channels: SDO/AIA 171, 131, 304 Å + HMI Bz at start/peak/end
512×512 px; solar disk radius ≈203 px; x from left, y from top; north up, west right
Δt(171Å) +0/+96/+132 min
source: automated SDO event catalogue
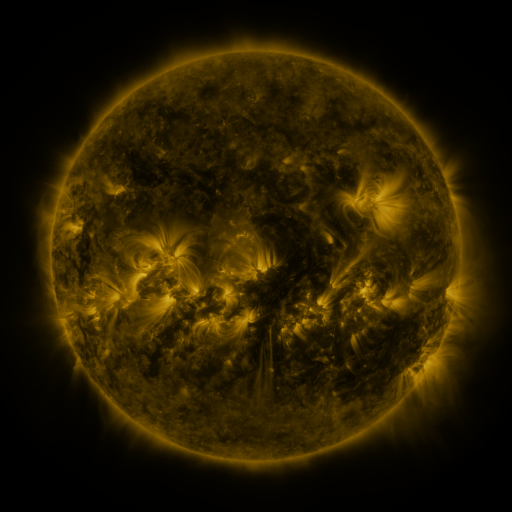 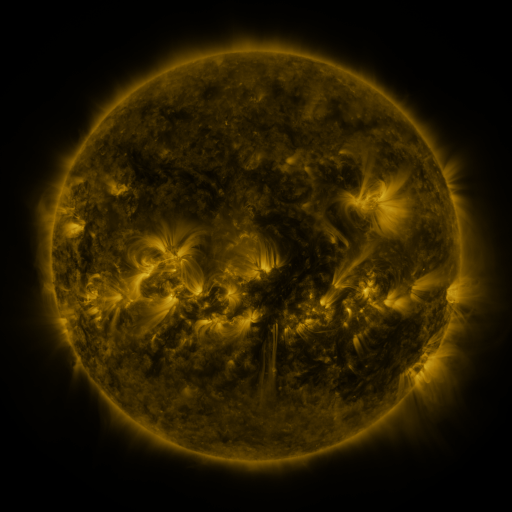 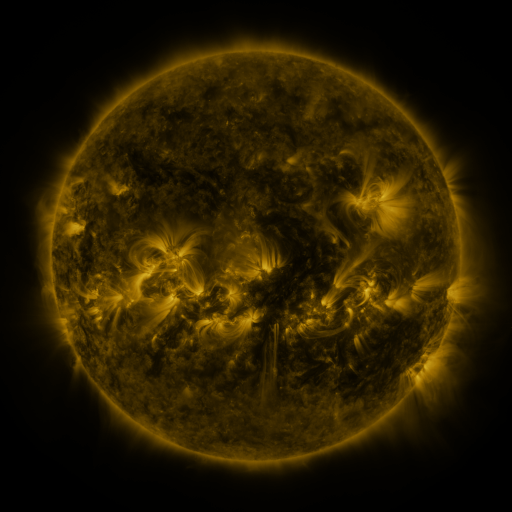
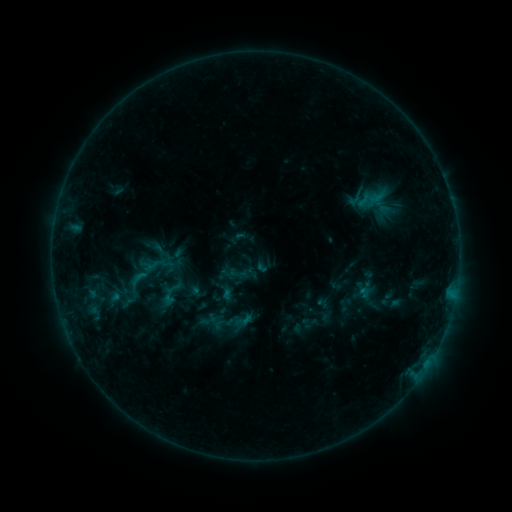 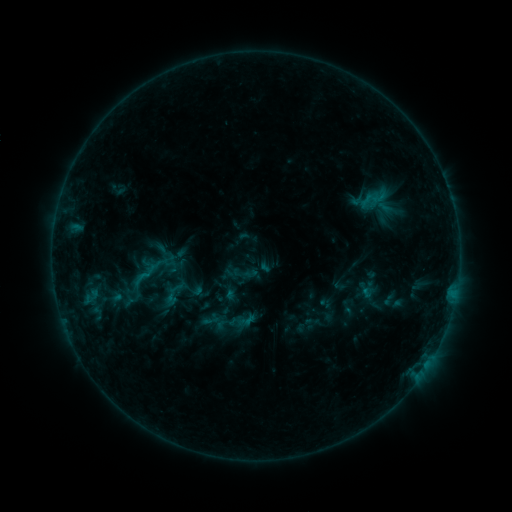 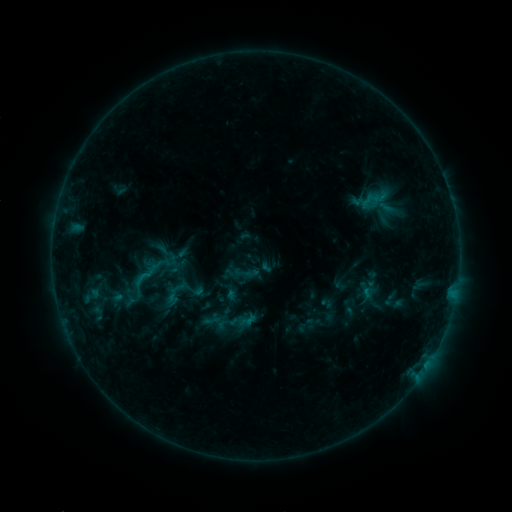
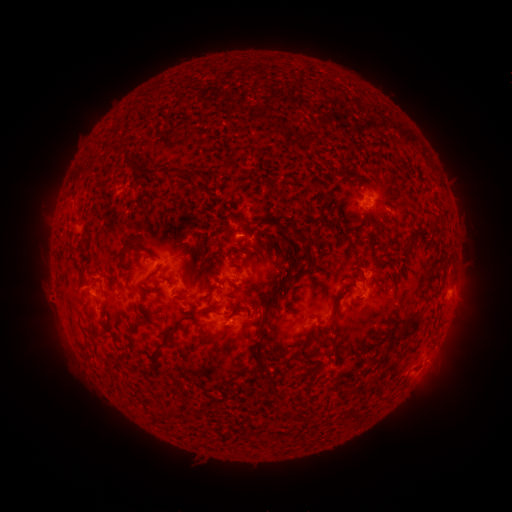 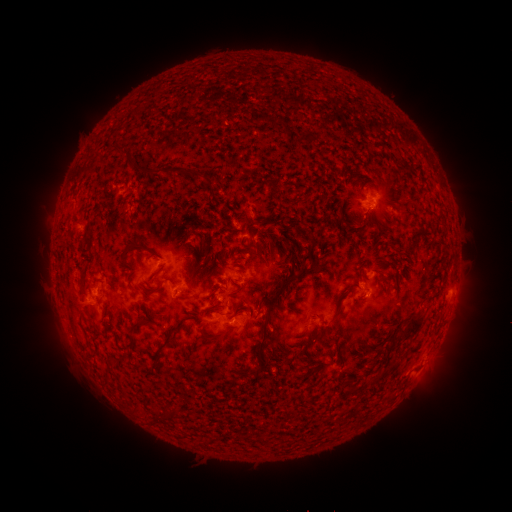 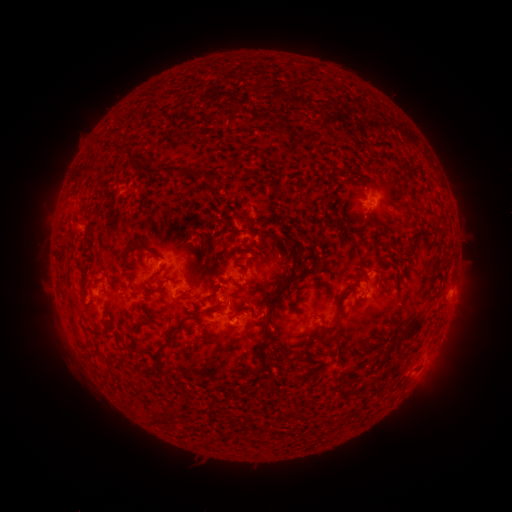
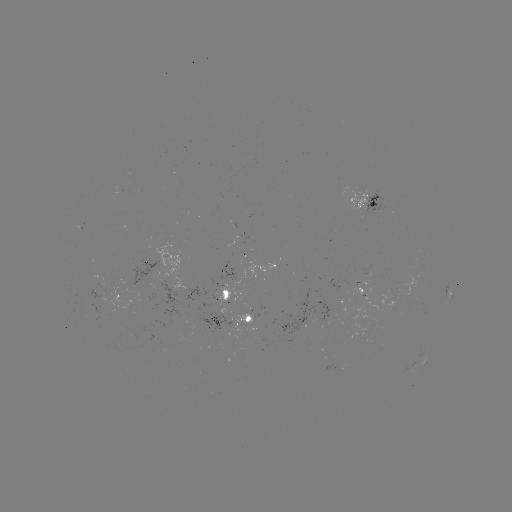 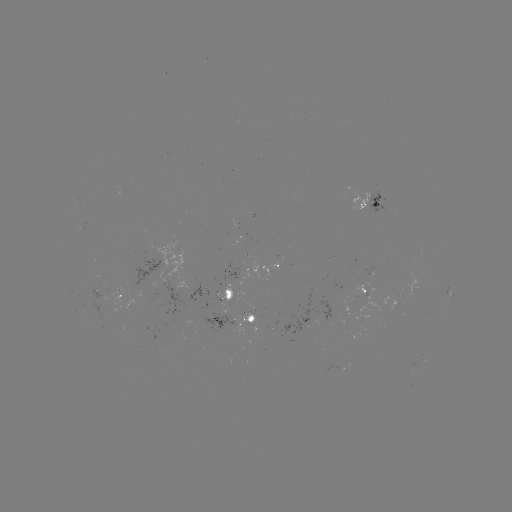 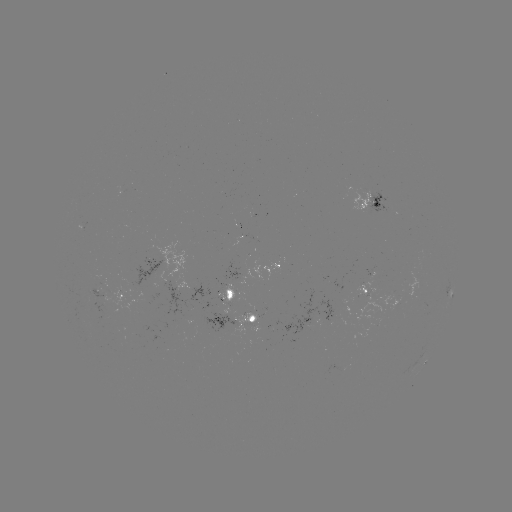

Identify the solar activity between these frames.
emerging-flux region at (92, 297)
